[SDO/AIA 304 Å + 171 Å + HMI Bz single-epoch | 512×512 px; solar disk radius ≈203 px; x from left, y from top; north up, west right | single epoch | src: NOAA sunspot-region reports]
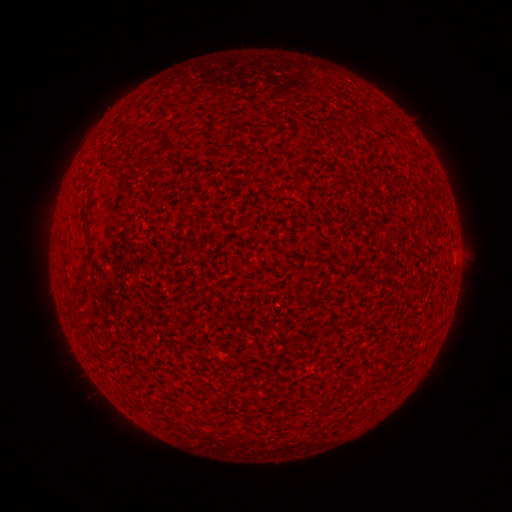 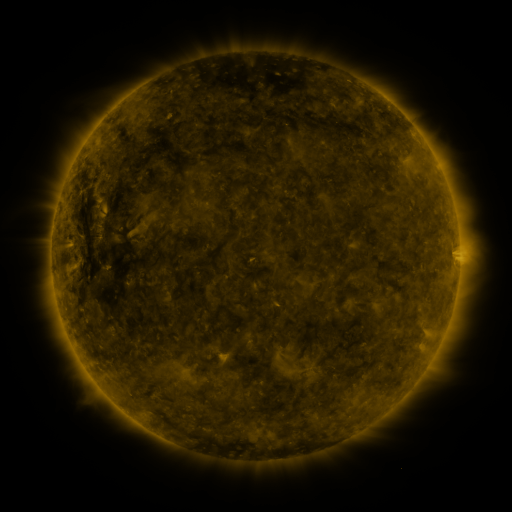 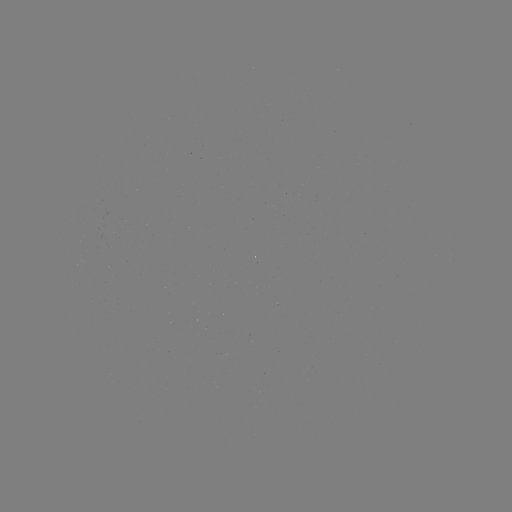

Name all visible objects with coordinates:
(none)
